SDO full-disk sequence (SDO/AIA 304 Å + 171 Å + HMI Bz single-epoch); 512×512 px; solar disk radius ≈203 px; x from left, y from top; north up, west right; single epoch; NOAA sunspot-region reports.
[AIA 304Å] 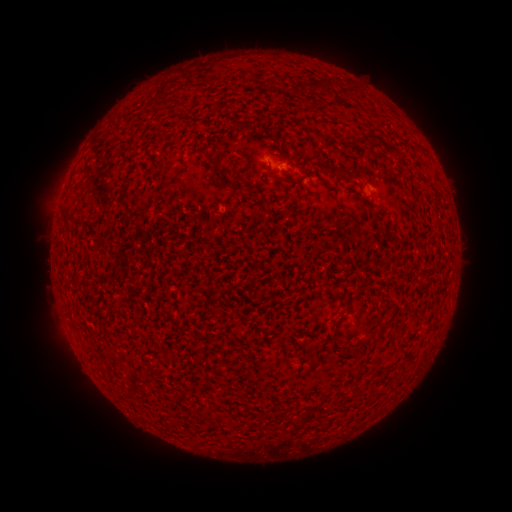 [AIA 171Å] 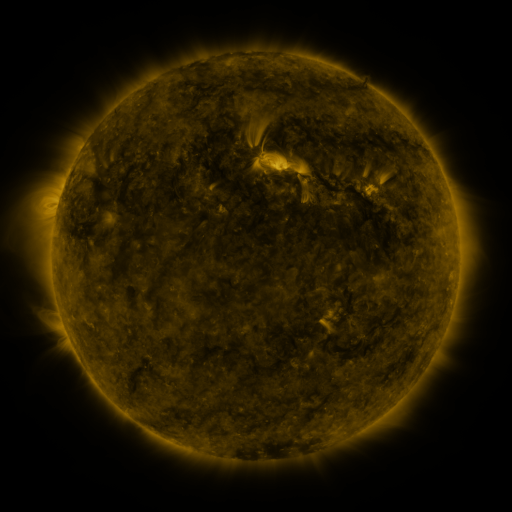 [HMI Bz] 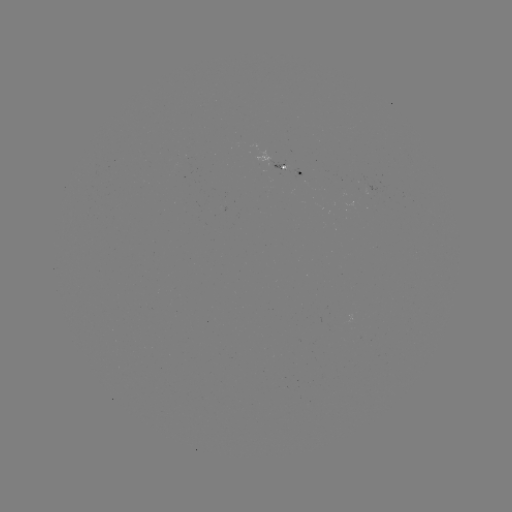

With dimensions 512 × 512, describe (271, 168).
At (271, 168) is spotted active region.